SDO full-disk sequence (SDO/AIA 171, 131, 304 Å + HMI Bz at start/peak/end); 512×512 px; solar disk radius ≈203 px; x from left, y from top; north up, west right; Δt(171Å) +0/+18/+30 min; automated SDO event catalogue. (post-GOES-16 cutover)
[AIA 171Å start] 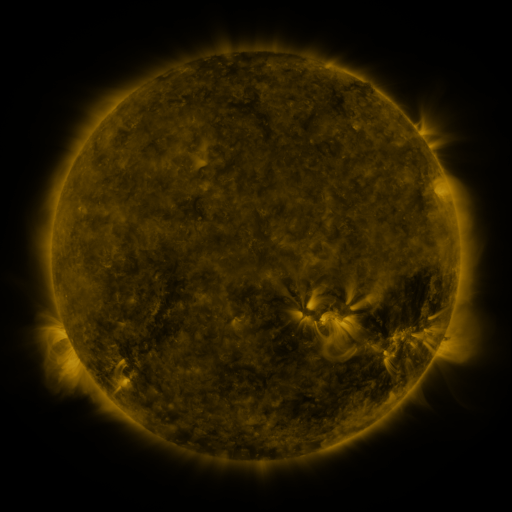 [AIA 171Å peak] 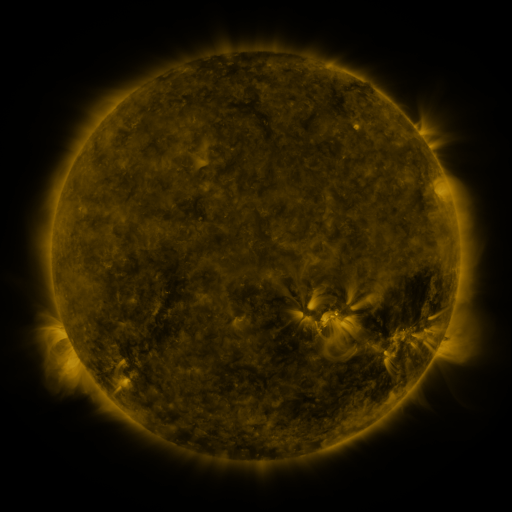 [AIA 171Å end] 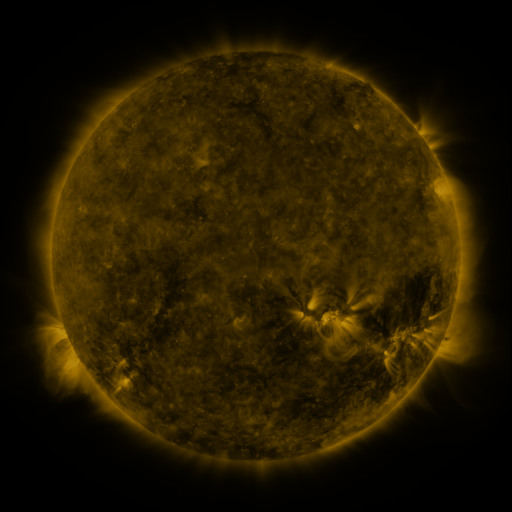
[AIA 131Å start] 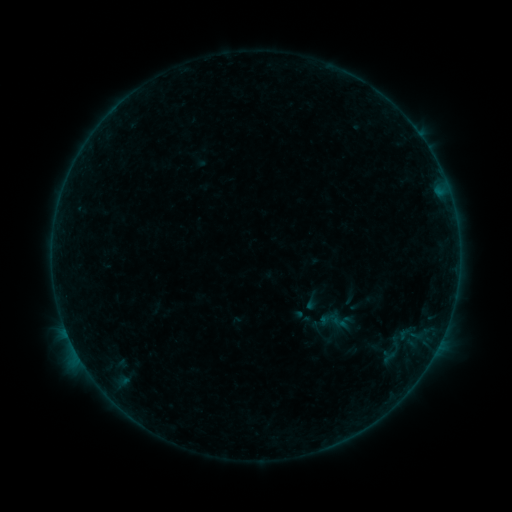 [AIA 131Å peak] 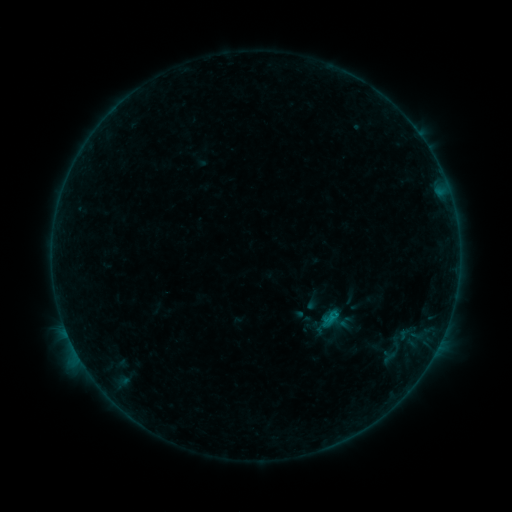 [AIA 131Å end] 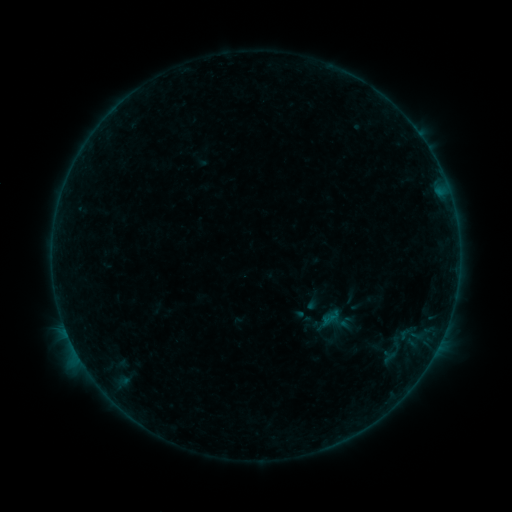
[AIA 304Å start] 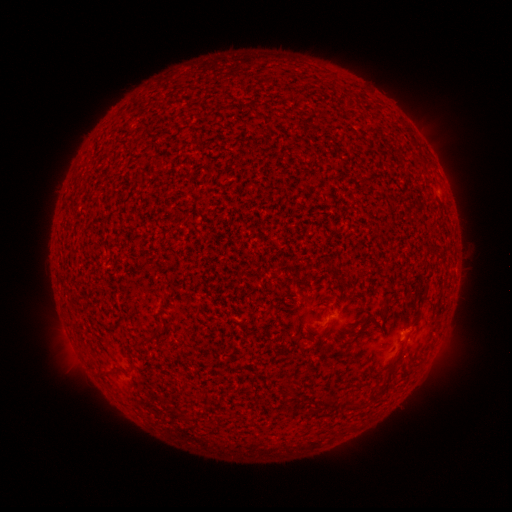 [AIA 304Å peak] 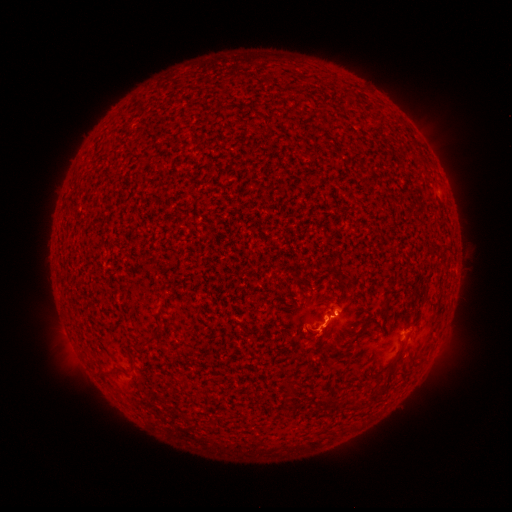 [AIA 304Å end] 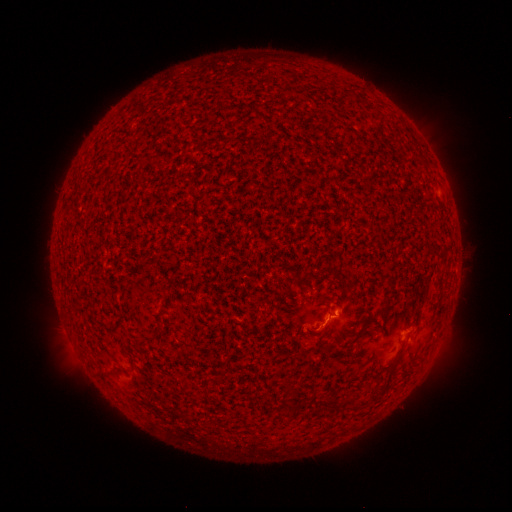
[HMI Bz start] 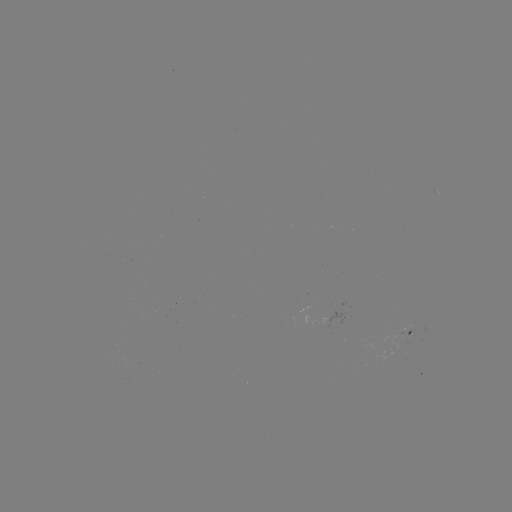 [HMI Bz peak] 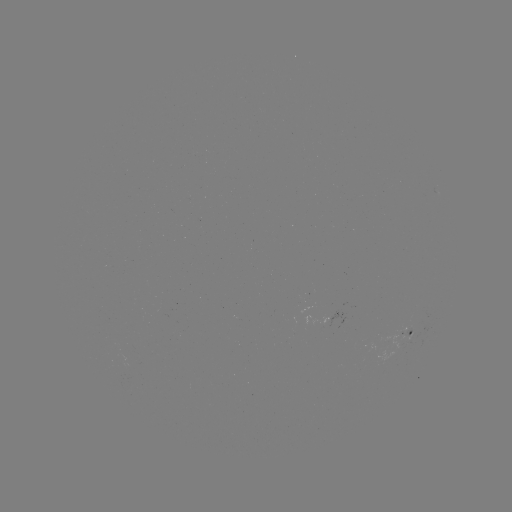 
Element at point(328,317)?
B5.8 flare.